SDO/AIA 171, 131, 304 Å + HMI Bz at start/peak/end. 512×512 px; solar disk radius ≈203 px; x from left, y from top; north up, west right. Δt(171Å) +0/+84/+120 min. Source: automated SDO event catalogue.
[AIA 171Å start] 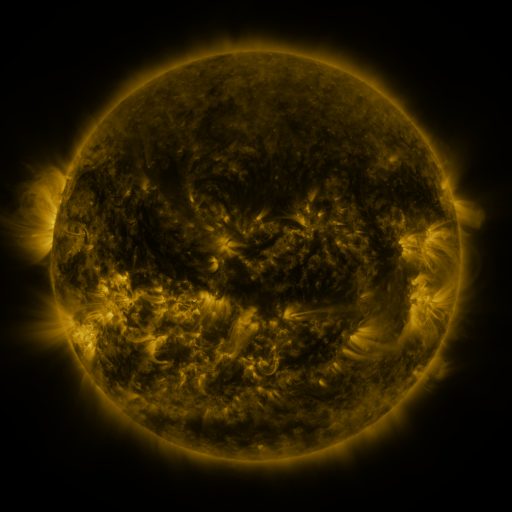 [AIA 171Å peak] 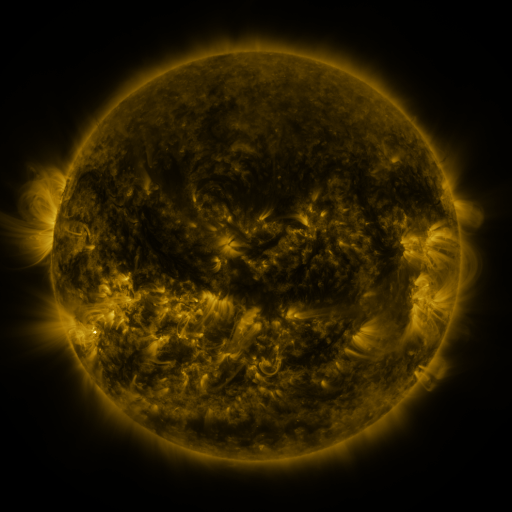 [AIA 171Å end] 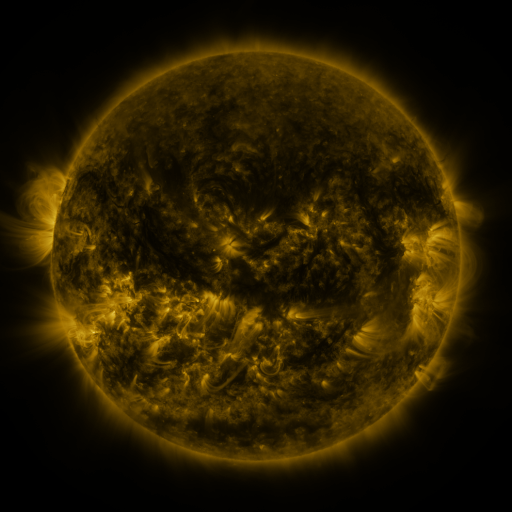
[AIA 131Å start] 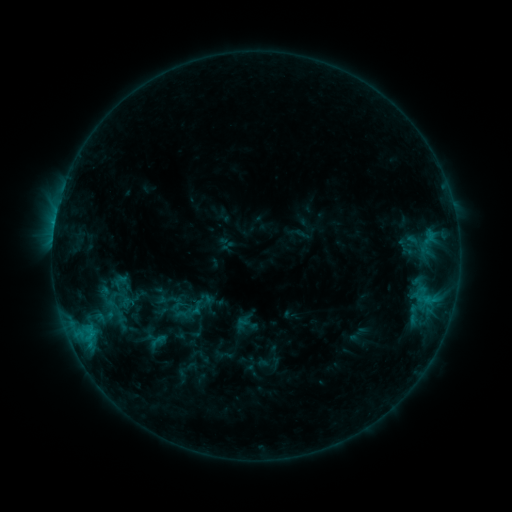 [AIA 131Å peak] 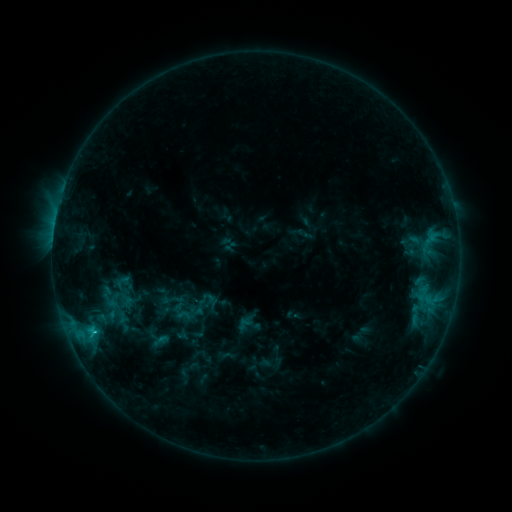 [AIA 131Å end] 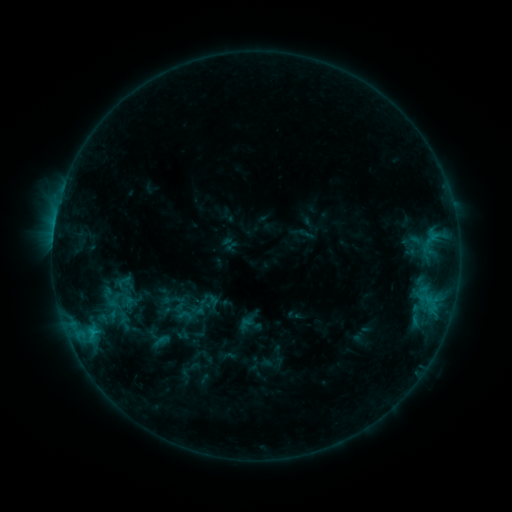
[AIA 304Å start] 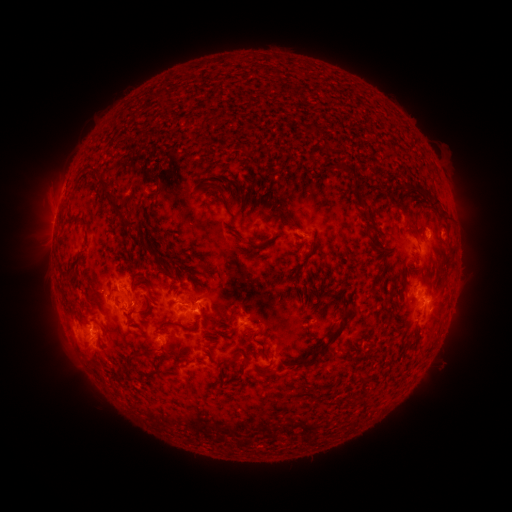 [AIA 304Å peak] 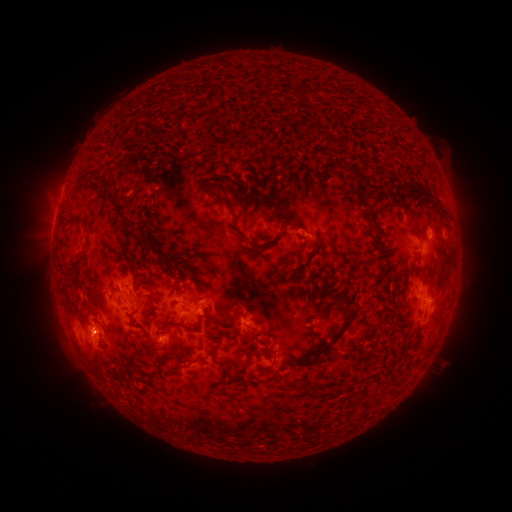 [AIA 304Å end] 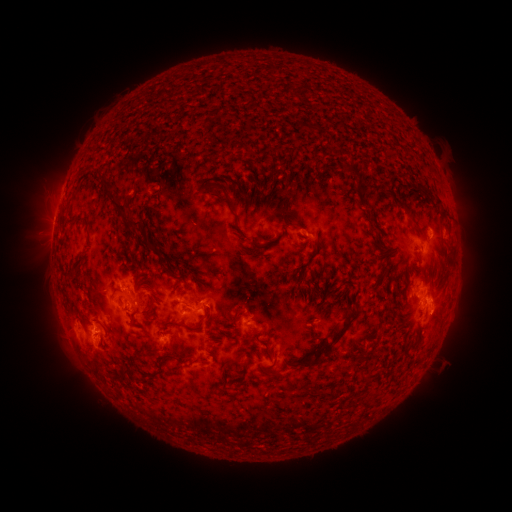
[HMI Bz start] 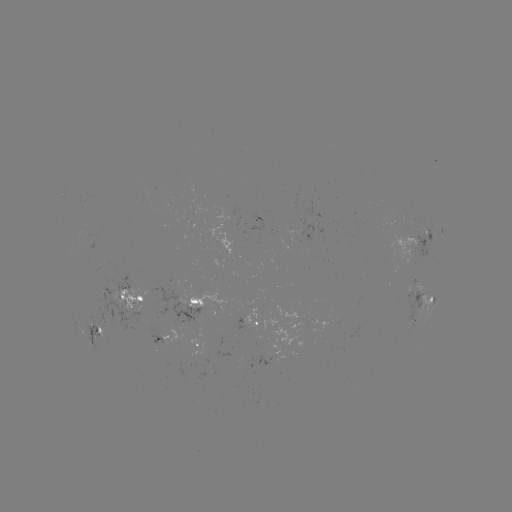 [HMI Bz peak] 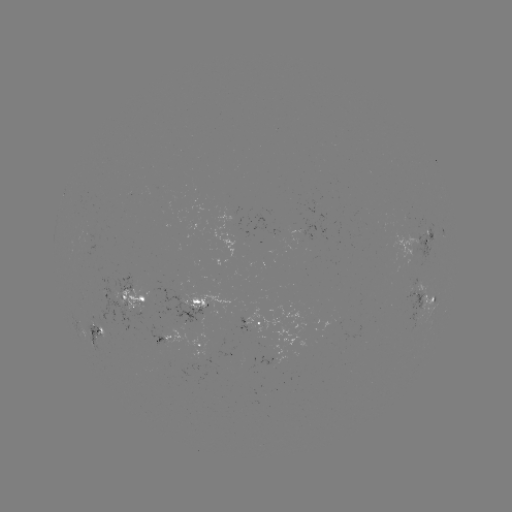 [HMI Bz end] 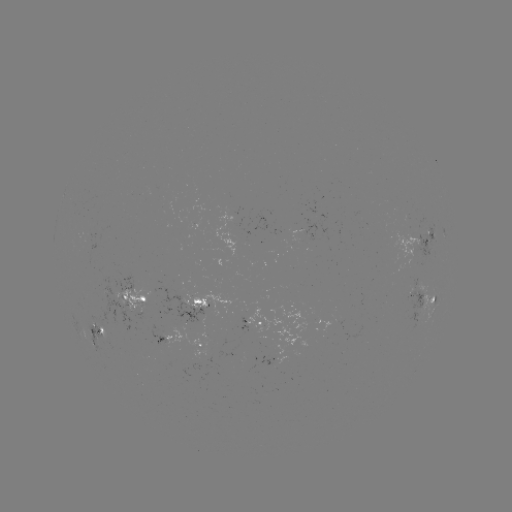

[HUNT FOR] emerging-flux region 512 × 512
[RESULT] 87,235